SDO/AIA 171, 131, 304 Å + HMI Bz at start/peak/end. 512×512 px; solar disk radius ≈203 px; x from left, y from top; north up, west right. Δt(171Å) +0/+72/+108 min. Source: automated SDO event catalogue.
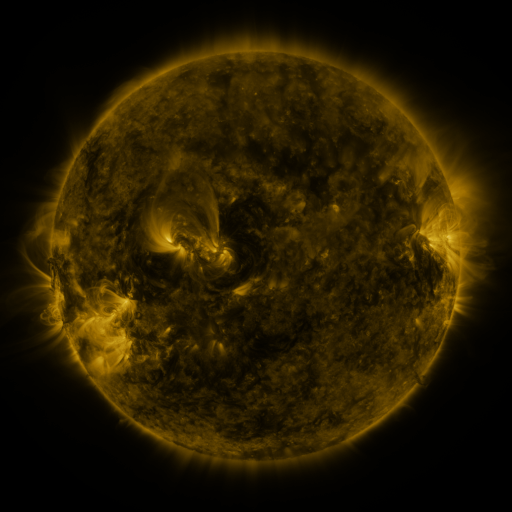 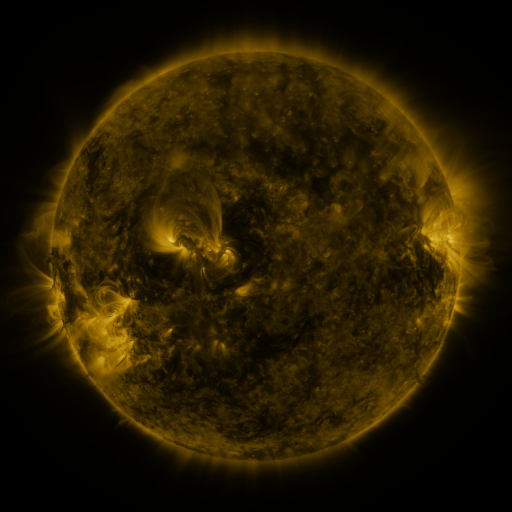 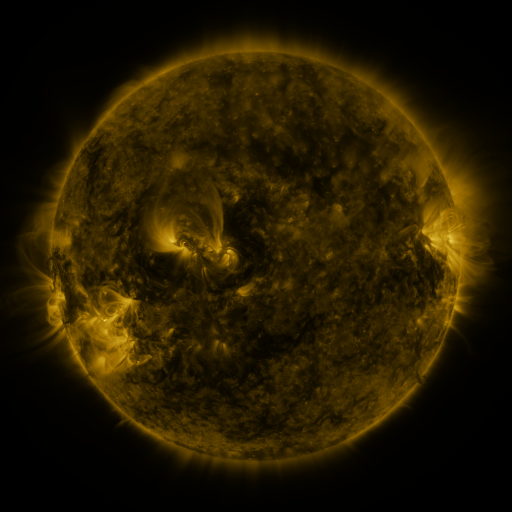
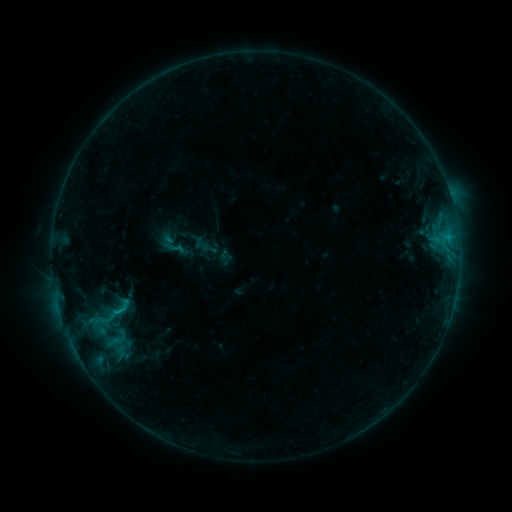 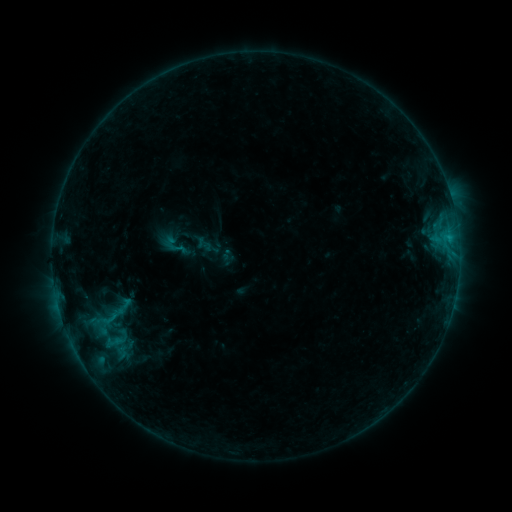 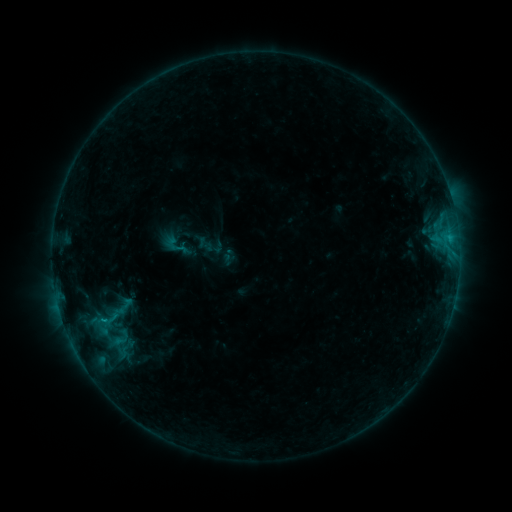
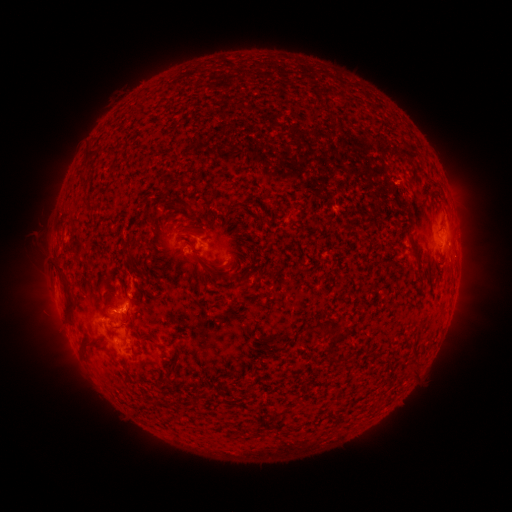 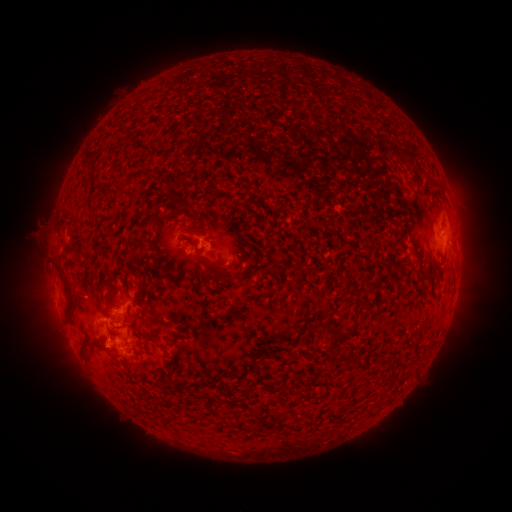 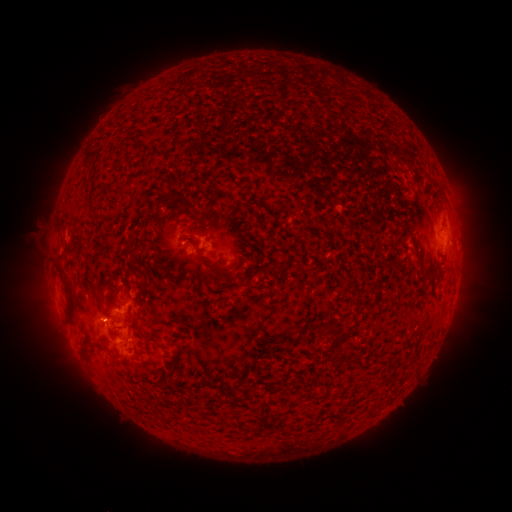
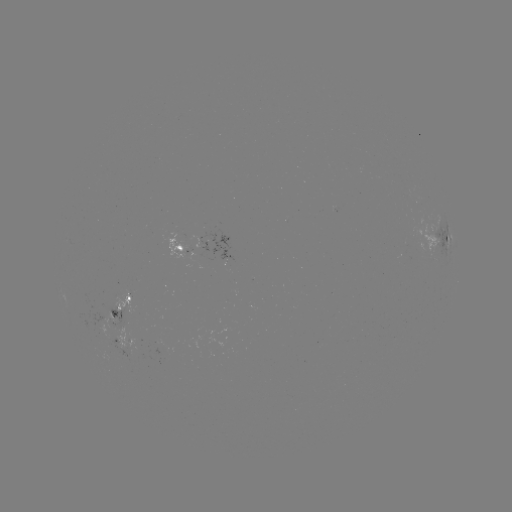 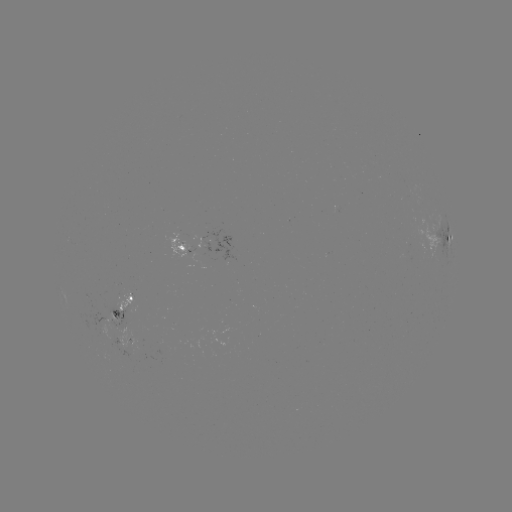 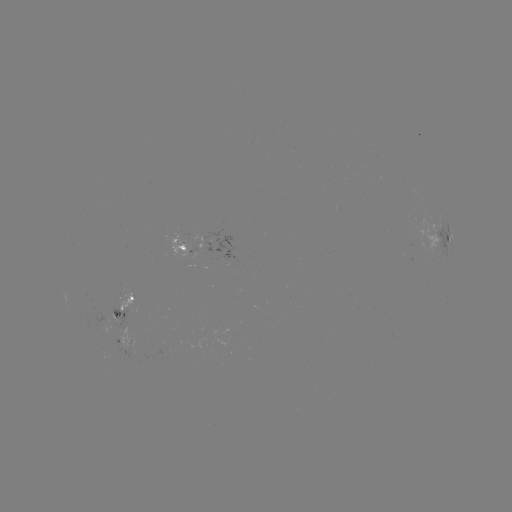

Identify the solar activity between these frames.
emerging-flux region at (108, 335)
